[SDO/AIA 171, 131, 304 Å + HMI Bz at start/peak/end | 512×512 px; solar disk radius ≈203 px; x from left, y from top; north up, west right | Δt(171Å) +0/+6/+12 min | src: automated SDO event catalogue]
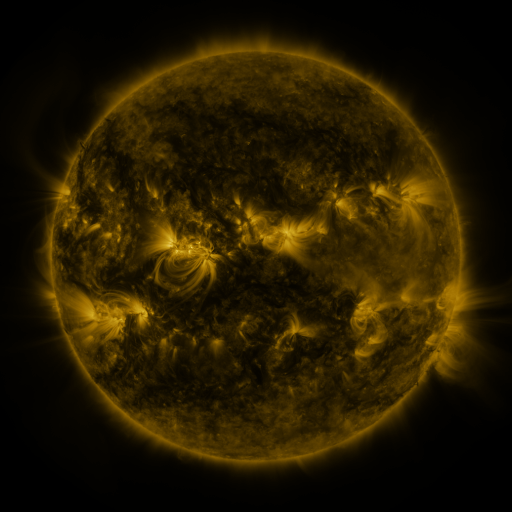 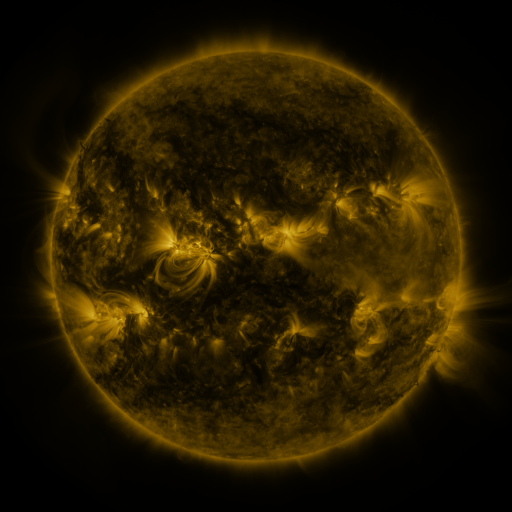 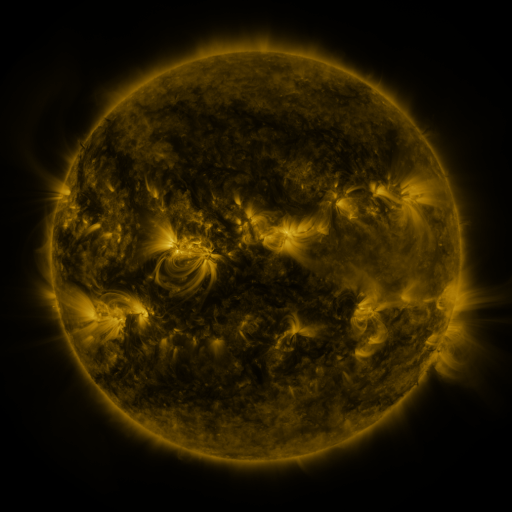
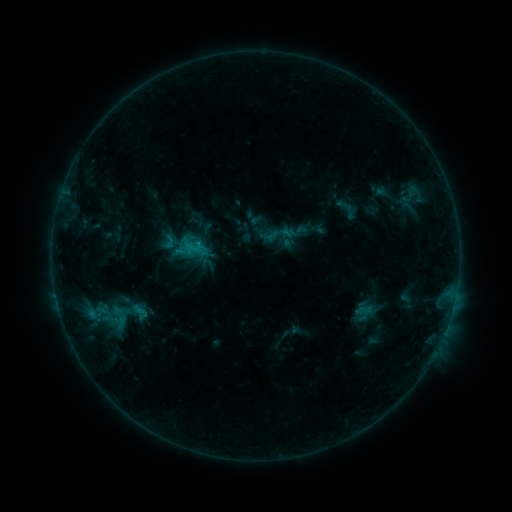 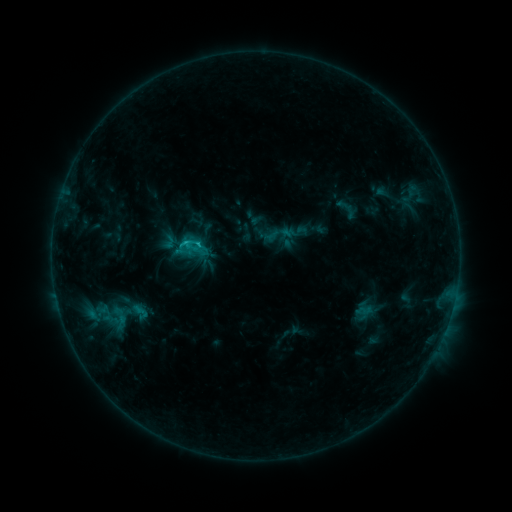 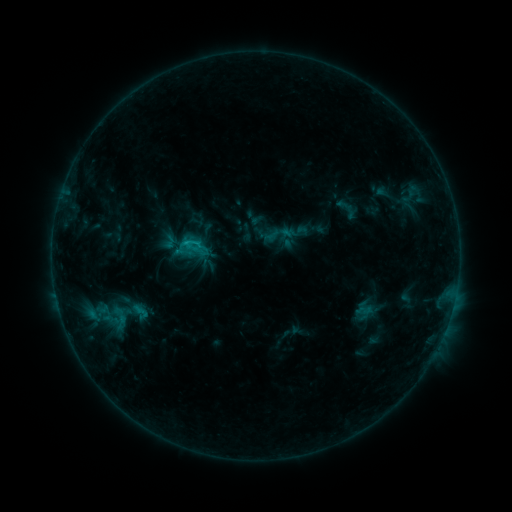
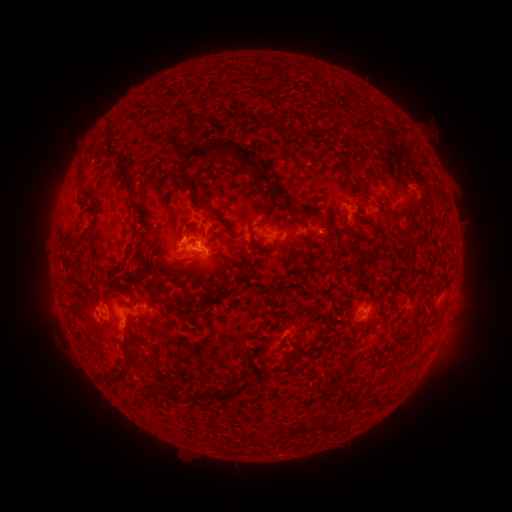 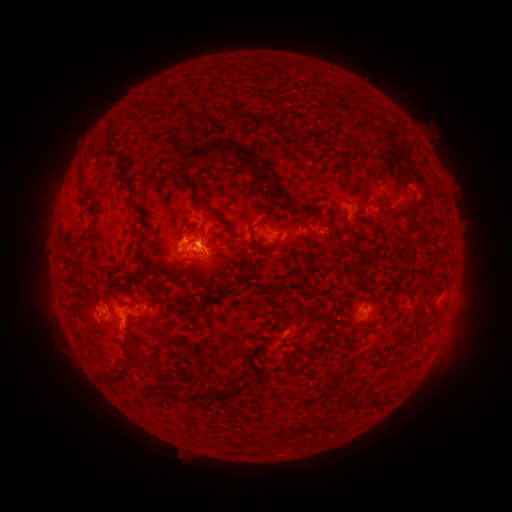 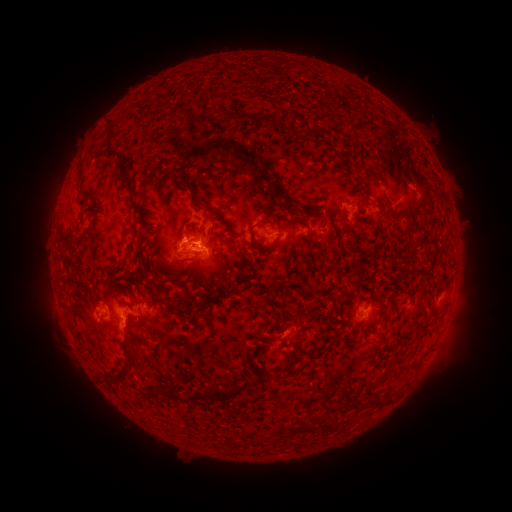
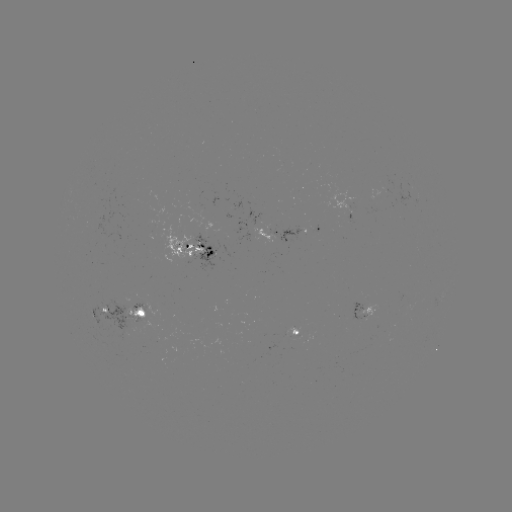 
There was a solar flare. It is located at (200, 245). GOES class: C1.4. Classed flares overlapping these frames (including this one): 1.